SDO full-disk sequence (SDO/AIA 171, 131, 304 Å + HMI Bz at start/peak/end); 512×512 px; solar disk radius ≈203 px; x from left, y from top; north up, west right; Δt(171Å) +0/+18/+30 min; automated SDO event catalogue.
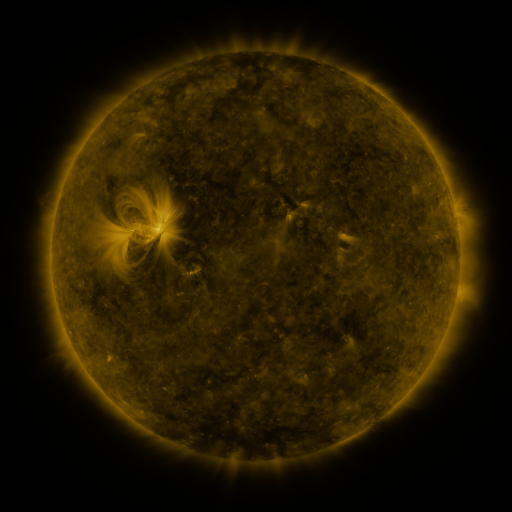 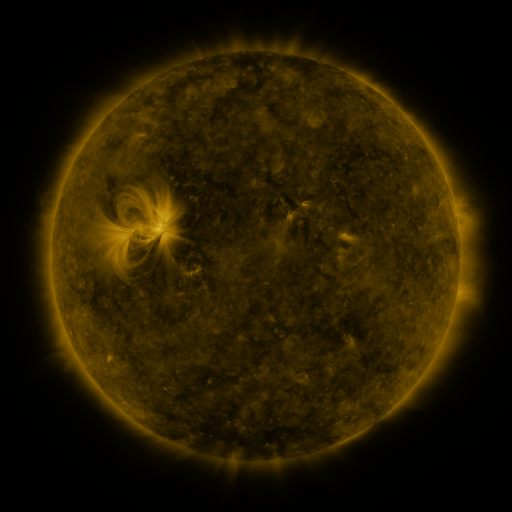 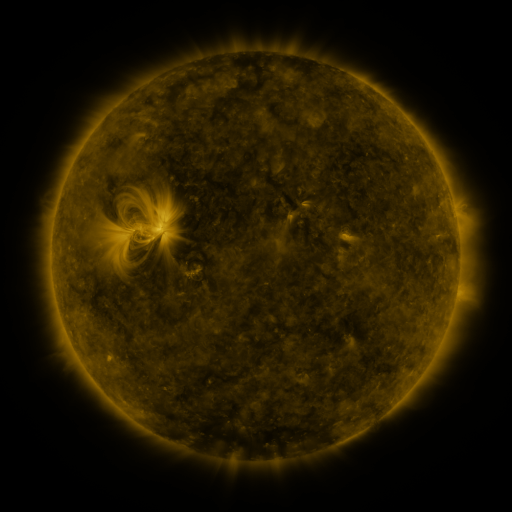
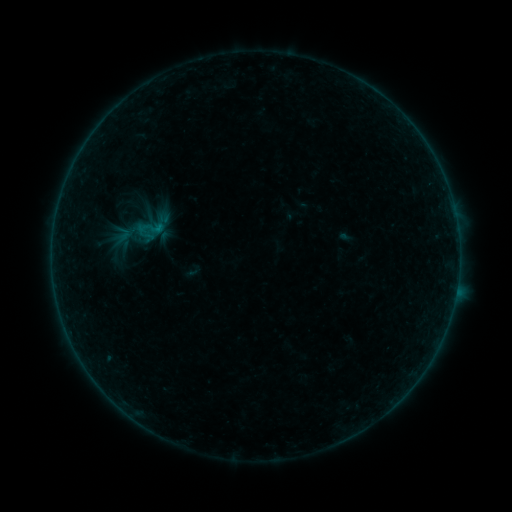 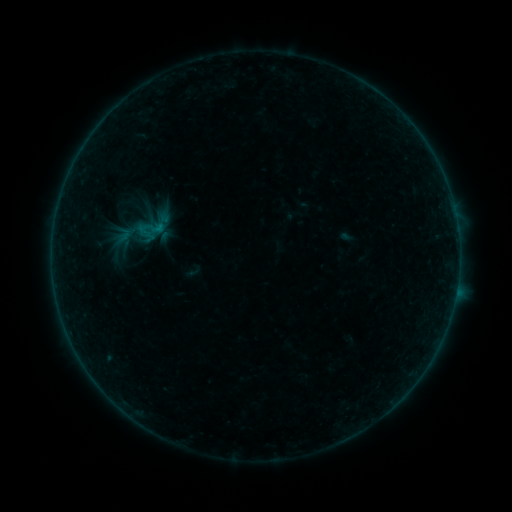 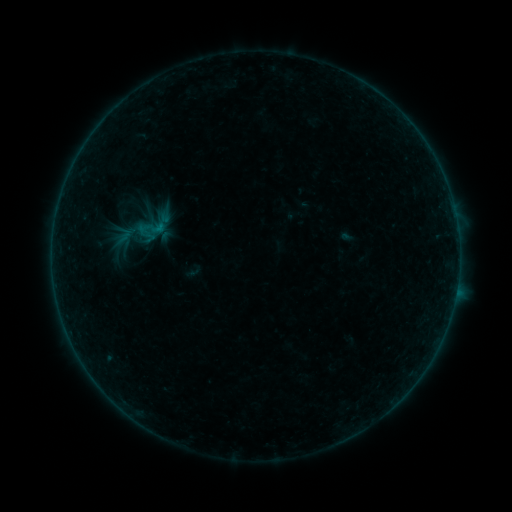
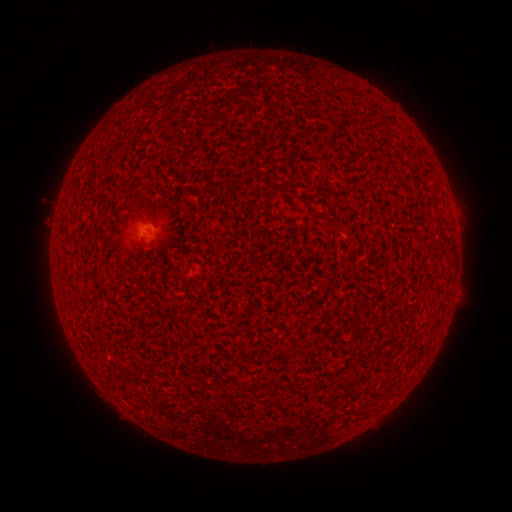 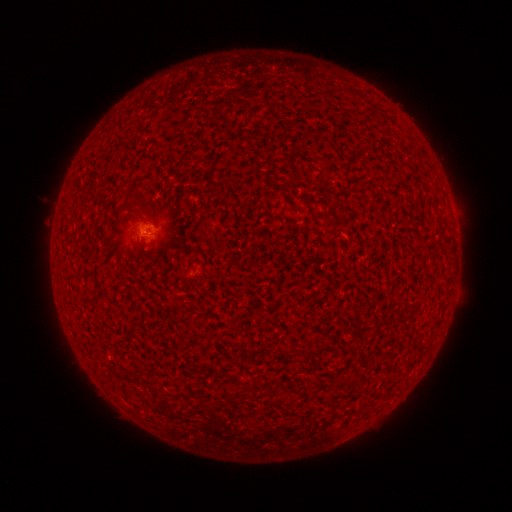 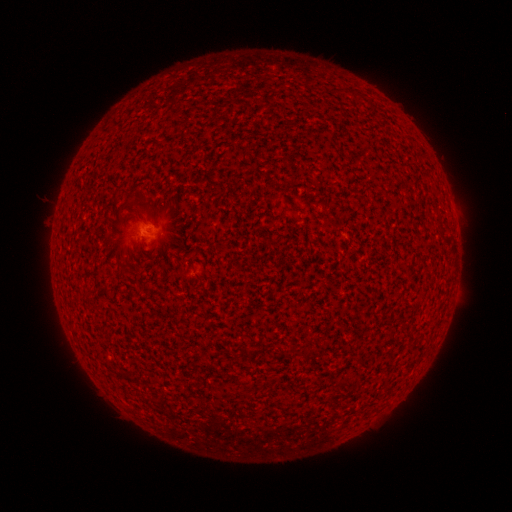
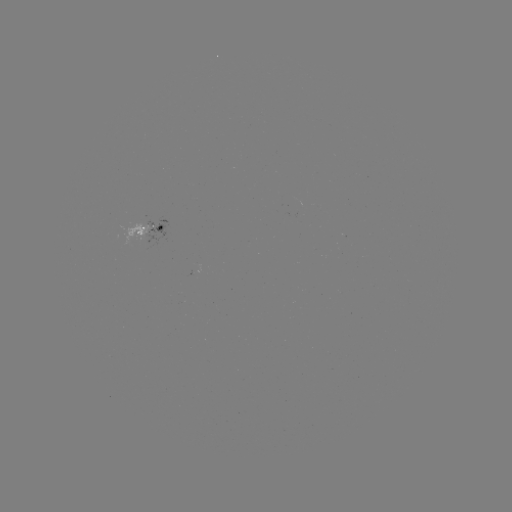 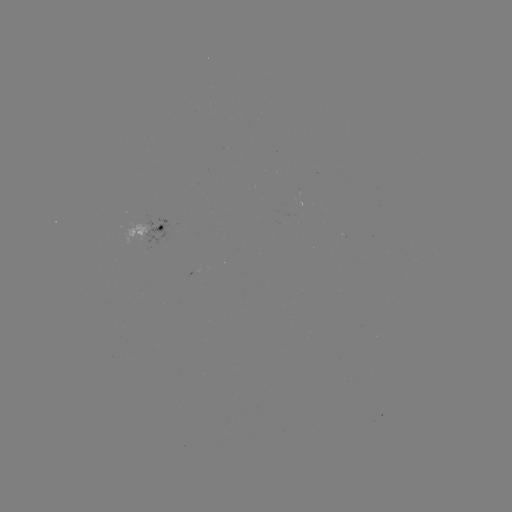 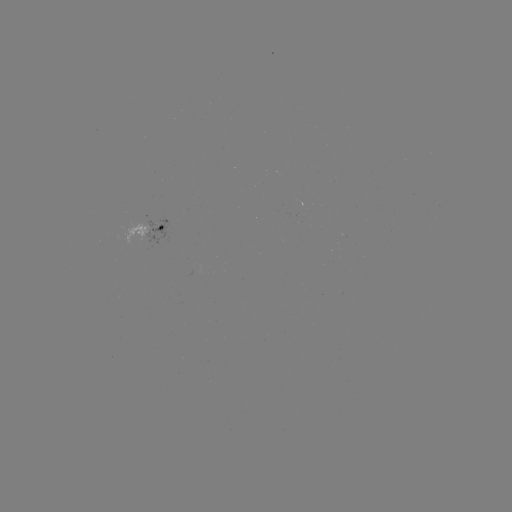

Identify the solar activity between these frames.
no flare in any classed list; no EUV-trigger detection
